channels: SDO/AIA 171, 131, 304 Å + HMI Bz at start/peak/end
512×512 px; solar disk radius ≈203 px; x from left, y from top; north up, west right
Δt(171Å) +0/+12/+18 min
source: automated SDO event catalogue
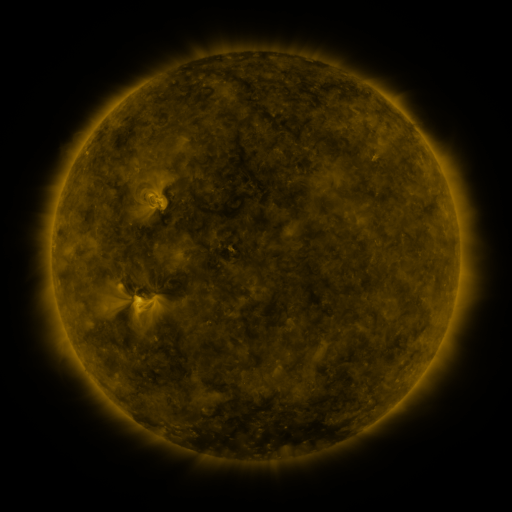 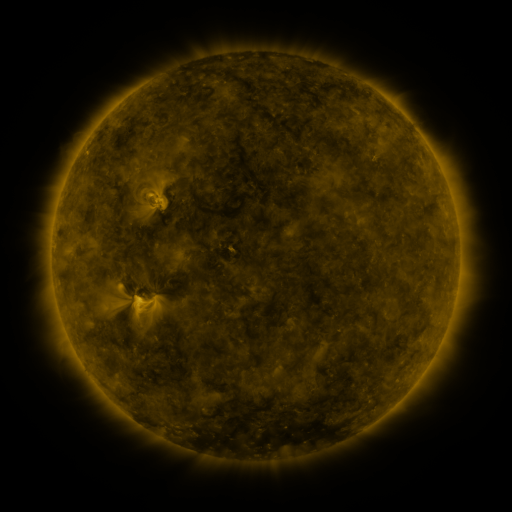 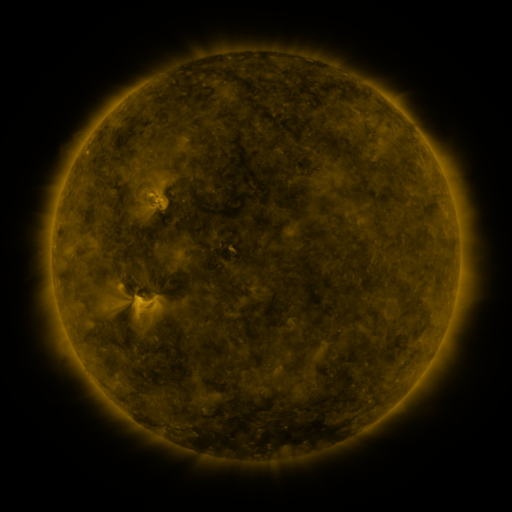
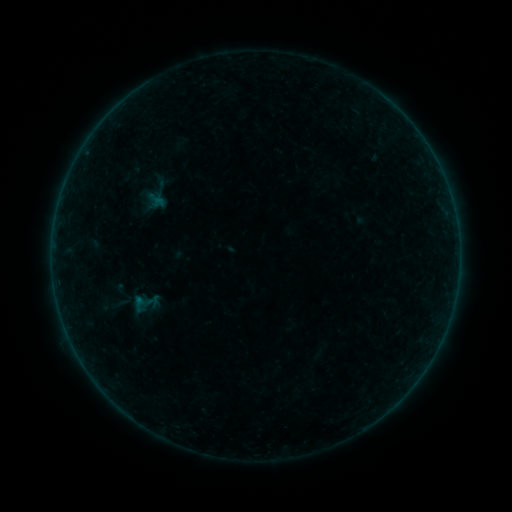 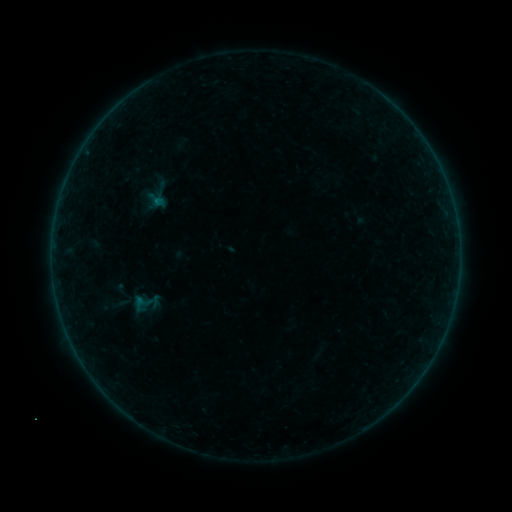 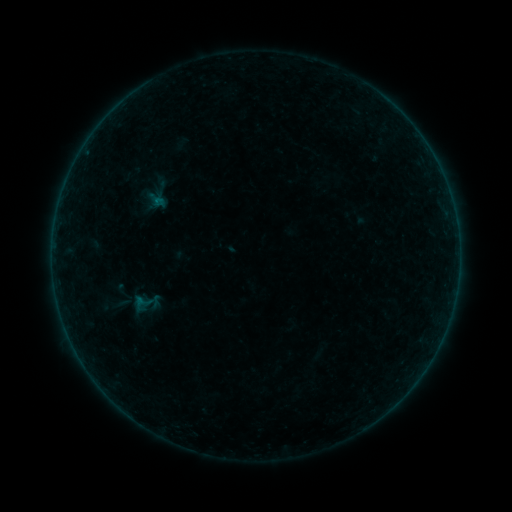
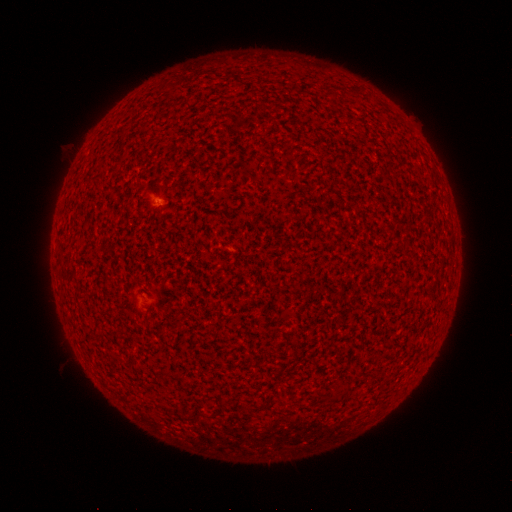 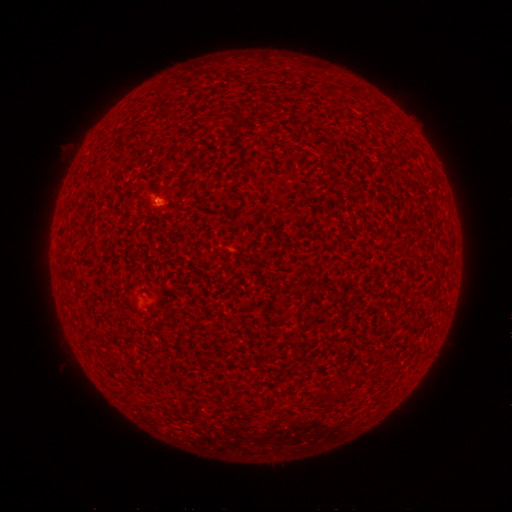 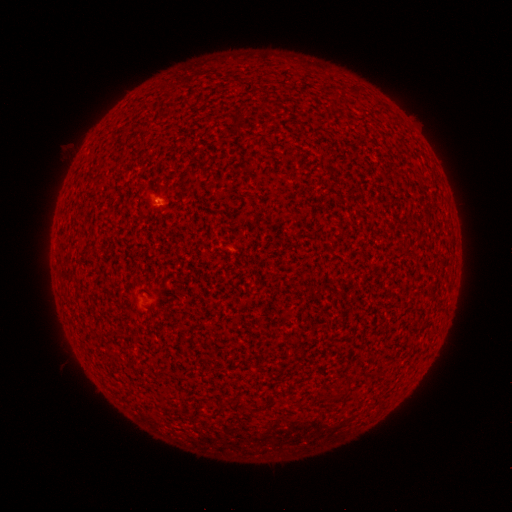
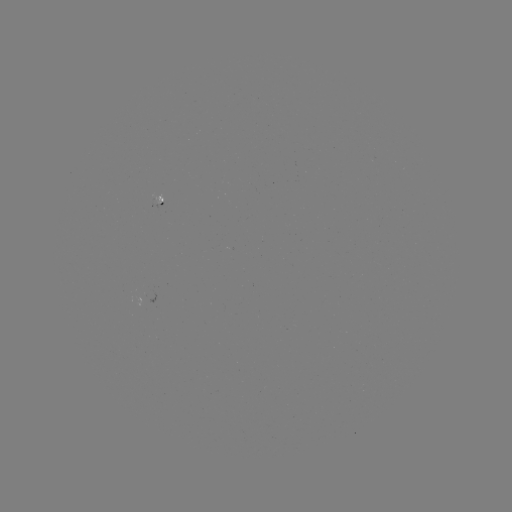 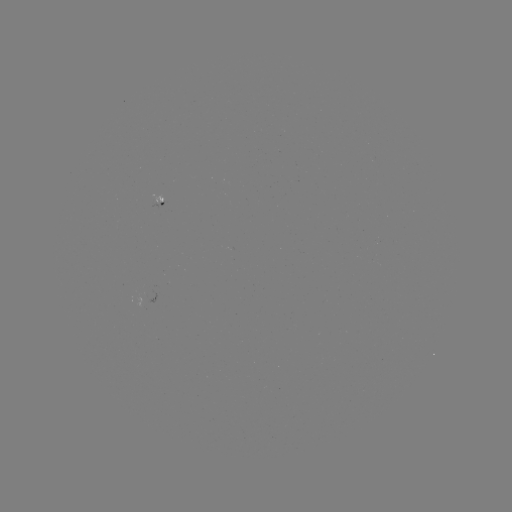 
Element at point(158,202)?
A3.2 flare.